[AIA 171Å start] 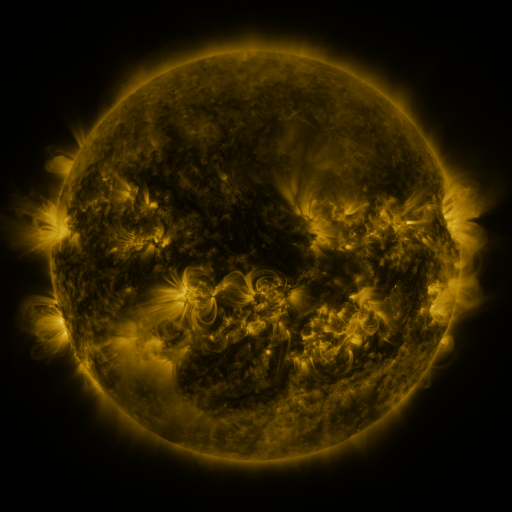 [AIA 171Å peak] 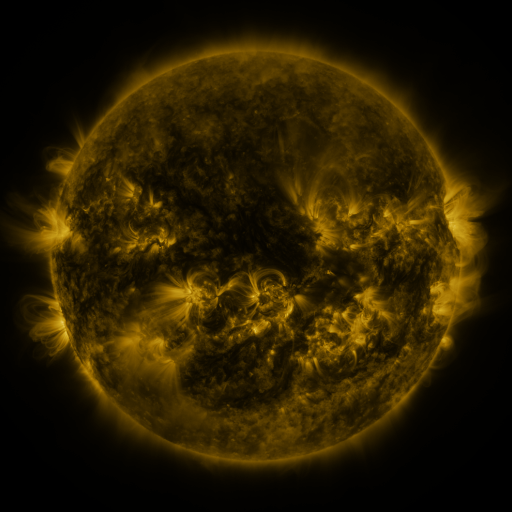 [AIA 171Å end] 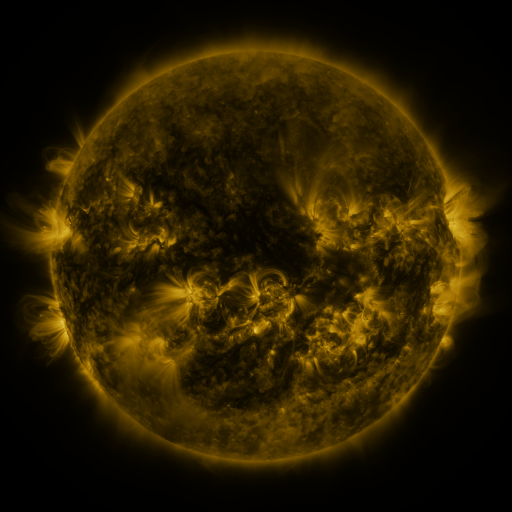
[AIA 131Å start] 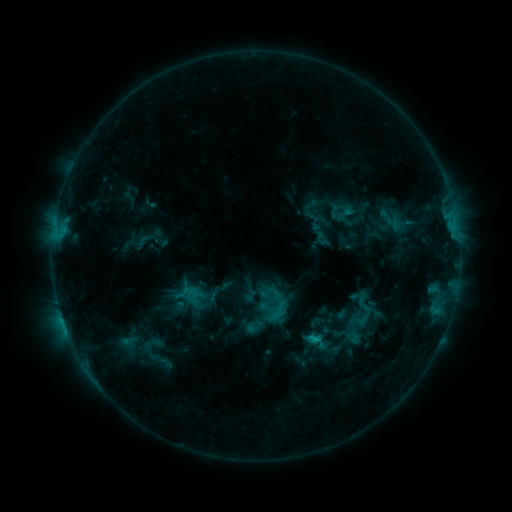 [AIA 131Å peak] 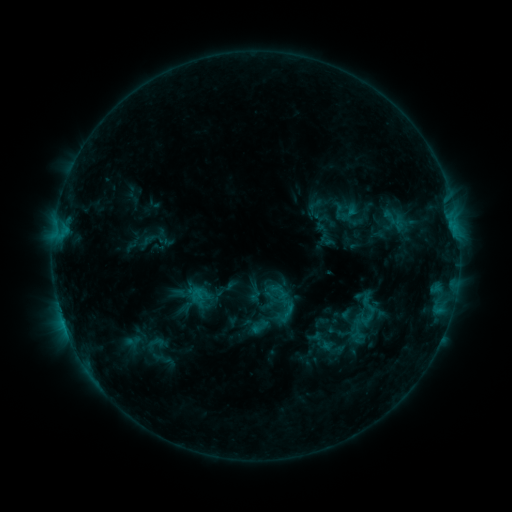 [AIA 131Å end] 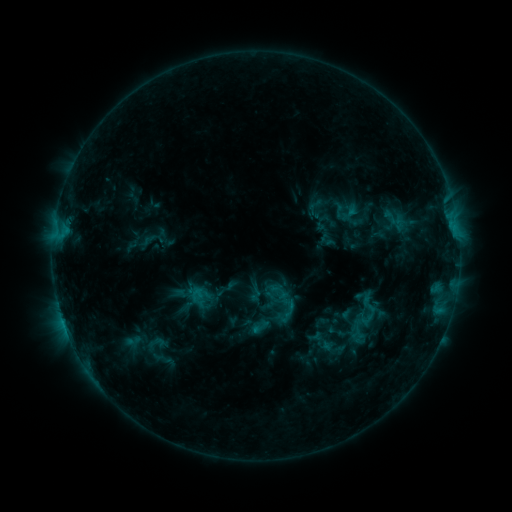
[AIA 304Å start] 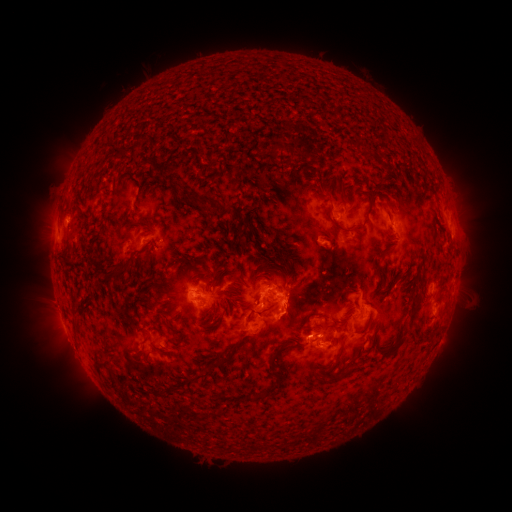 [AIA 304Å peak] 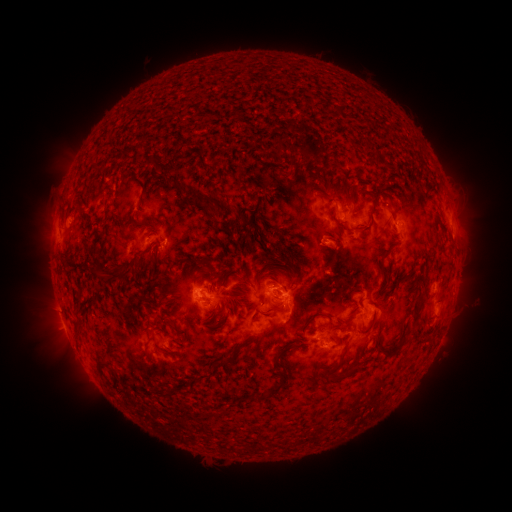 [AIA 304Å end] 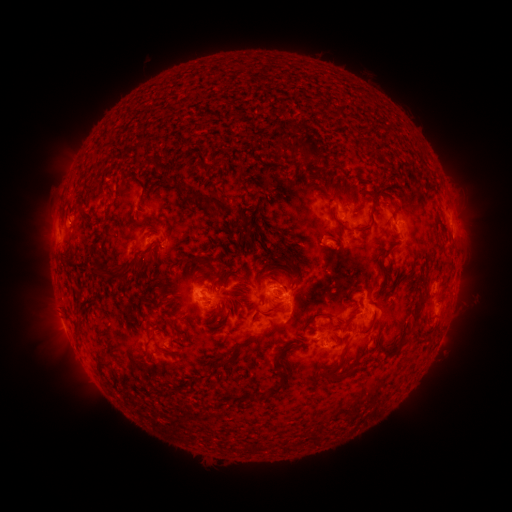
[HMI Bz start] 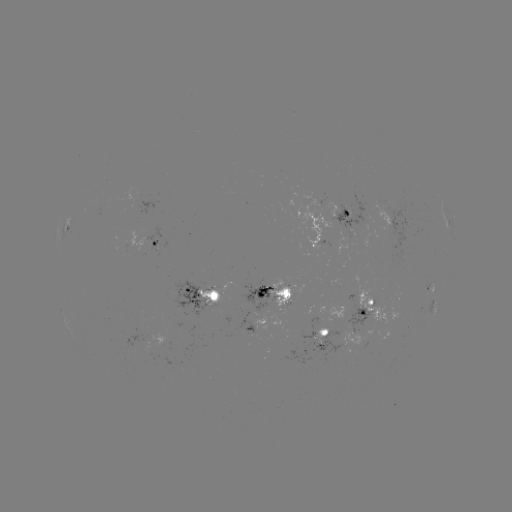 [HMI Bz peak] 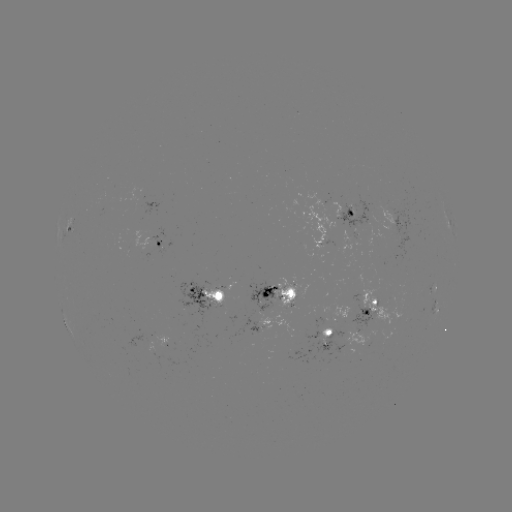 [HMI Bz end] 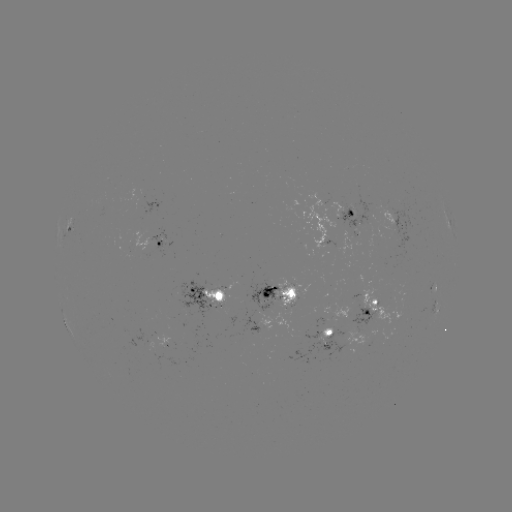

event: emerging-flux region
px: (290, 288)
